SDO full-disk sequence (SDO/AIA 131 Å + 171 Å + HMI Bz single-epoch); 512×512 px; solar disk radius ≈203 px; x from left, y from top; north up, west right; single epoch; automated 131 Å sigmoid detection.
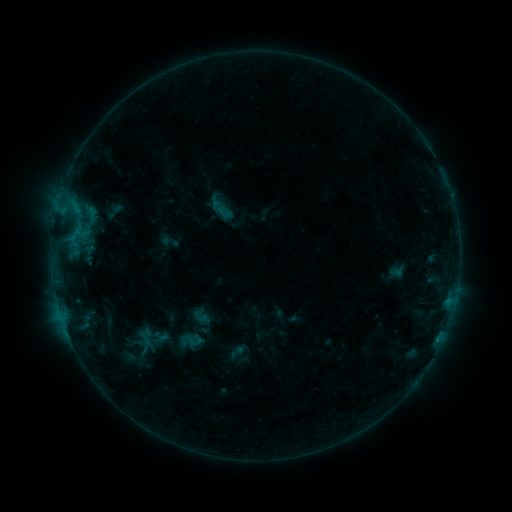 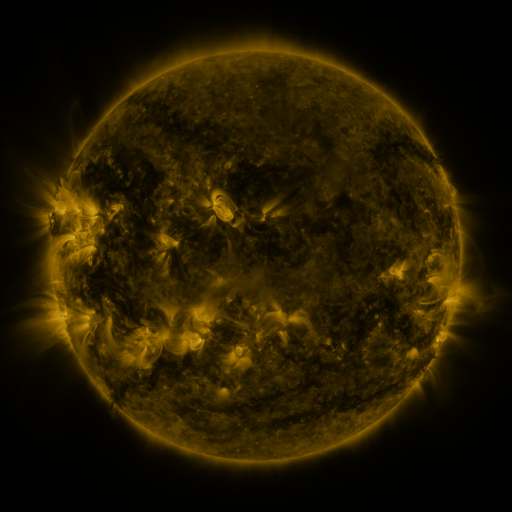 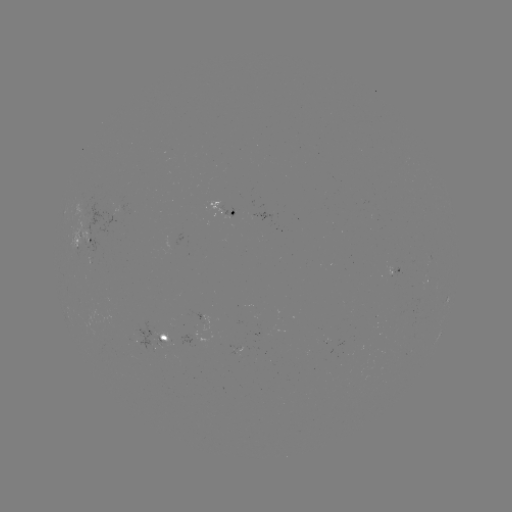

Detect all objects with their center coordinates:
sigmoid: (160, 231, 179, 252)
sigmoid: (181, 330, 205, 352)
